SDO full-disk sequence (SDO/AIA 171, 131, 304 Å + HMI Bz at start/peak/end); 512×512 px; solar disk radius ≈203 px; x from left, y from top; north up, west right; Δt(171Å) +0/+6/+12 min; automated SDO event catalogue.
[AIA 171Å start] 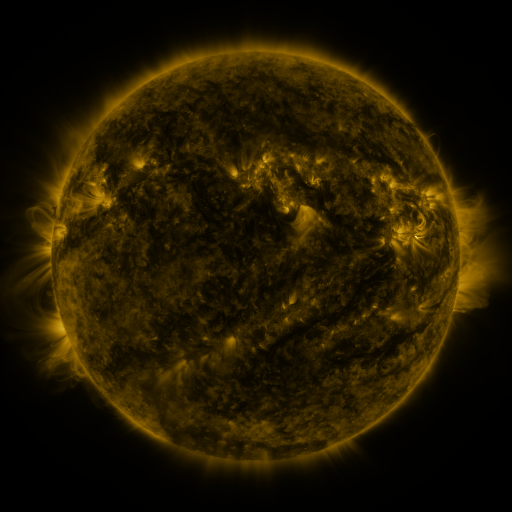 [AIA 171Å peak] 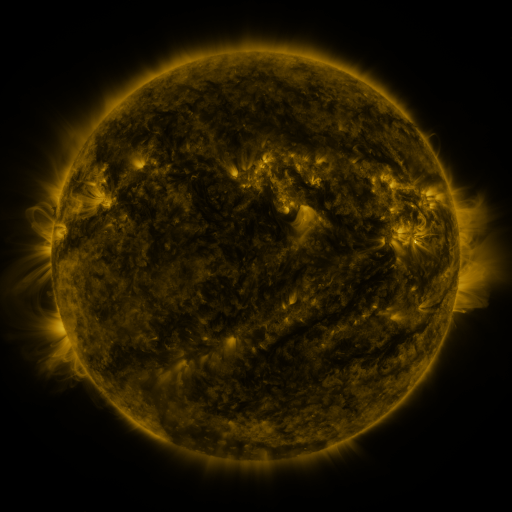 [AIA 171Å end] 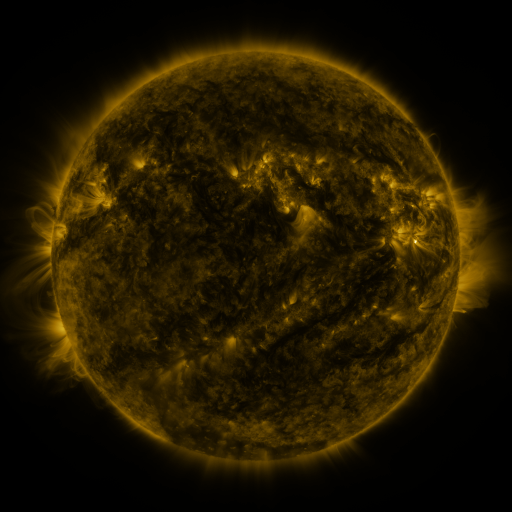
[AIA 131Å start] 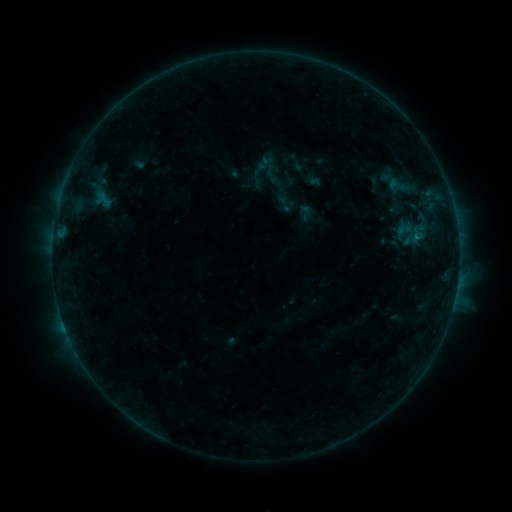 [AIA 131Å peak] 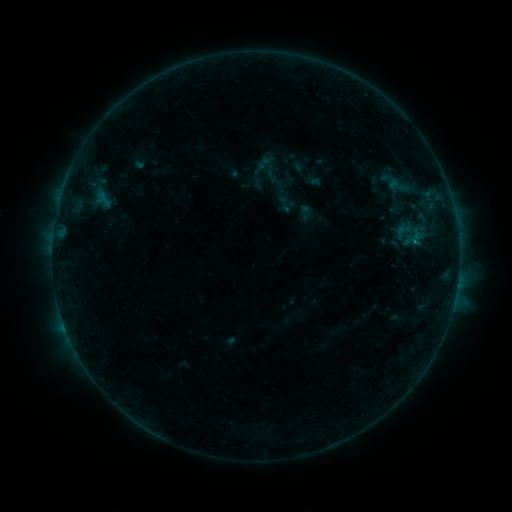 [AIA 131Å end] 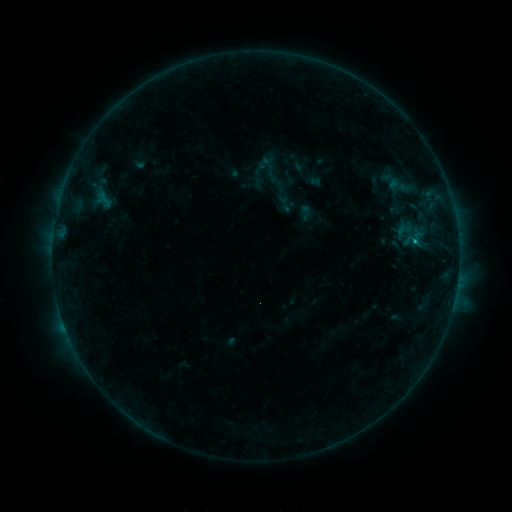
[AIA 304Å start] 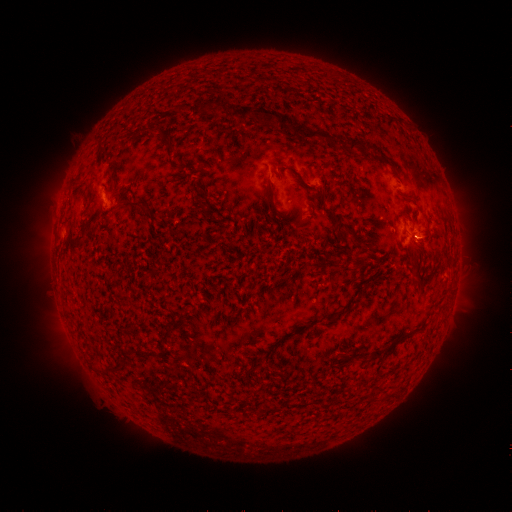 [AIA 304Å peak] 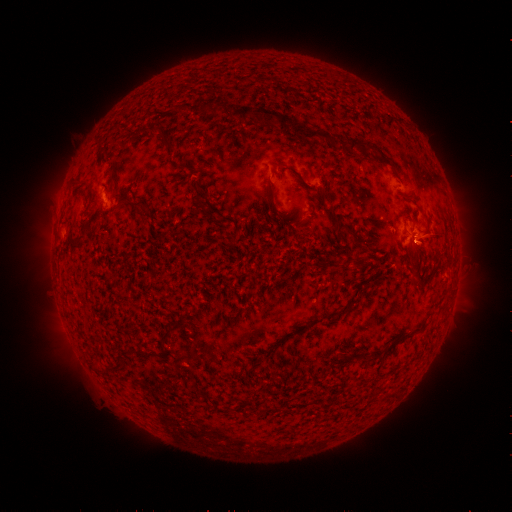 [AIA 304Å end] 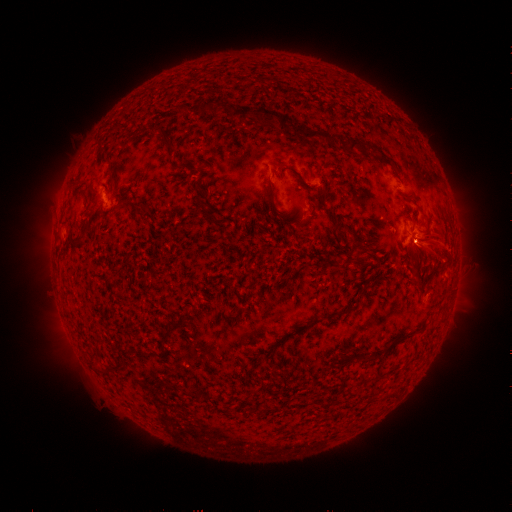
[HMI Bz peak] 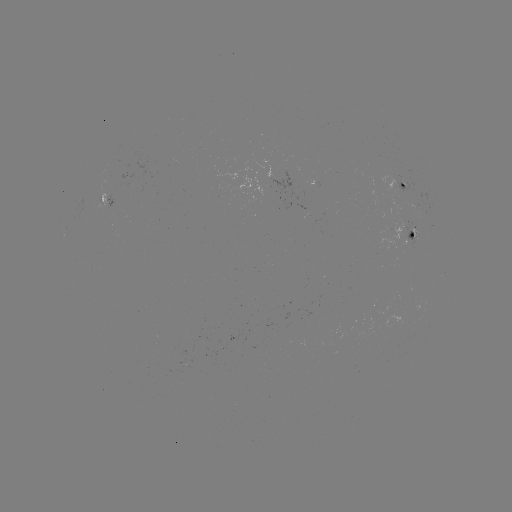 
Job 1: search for C1.1 flare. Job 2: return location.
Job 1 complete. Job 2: [414, 242].